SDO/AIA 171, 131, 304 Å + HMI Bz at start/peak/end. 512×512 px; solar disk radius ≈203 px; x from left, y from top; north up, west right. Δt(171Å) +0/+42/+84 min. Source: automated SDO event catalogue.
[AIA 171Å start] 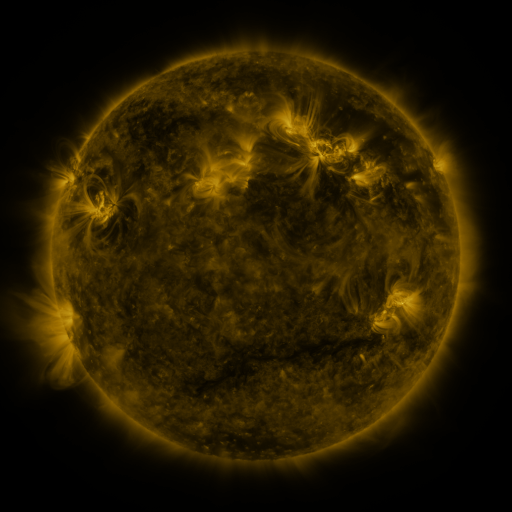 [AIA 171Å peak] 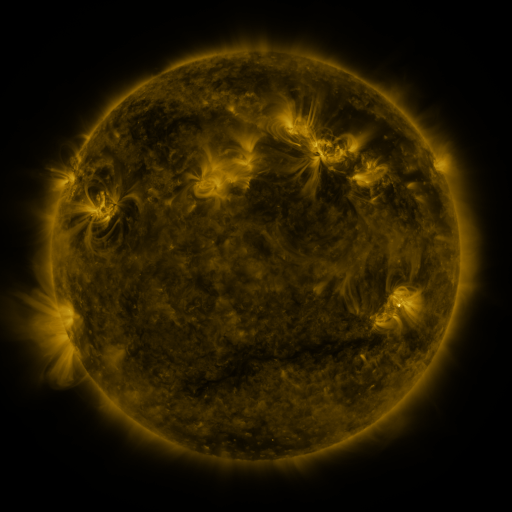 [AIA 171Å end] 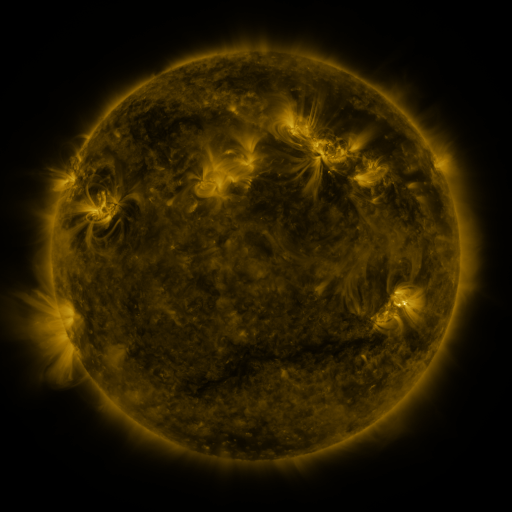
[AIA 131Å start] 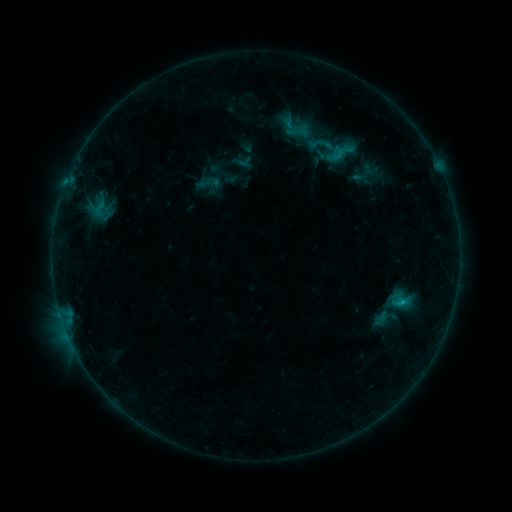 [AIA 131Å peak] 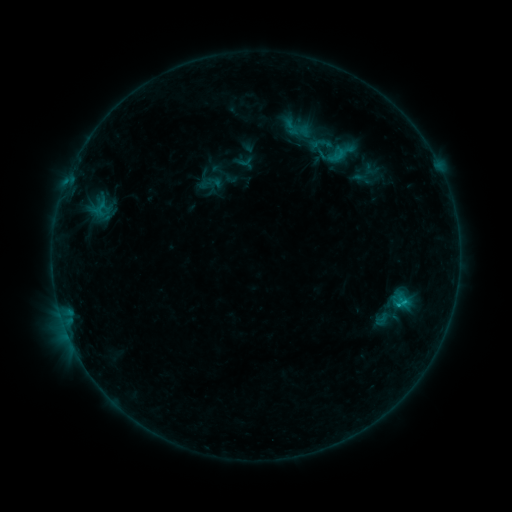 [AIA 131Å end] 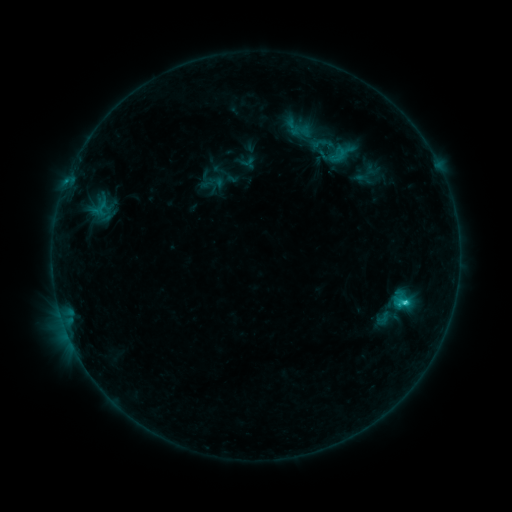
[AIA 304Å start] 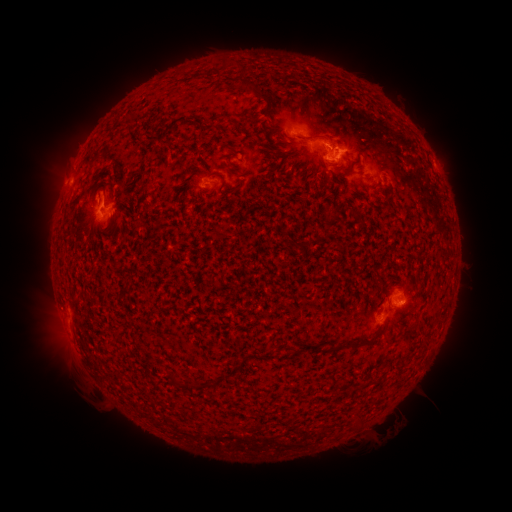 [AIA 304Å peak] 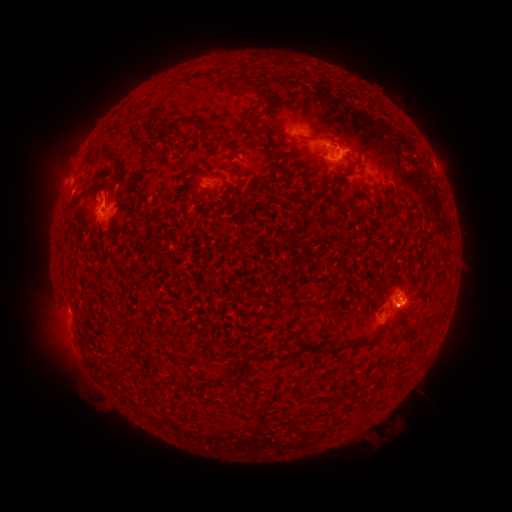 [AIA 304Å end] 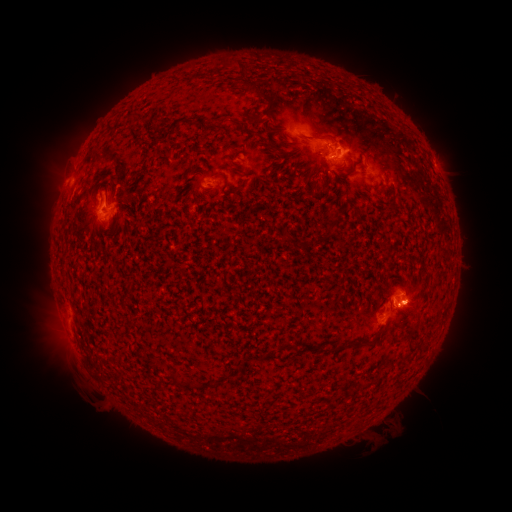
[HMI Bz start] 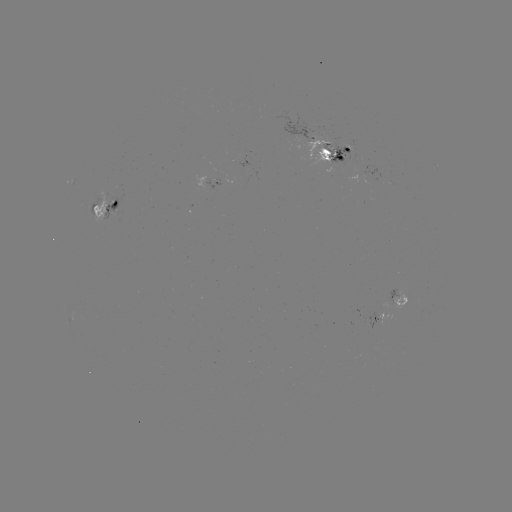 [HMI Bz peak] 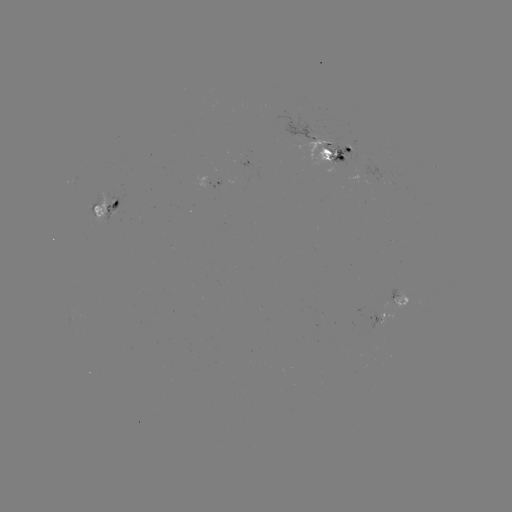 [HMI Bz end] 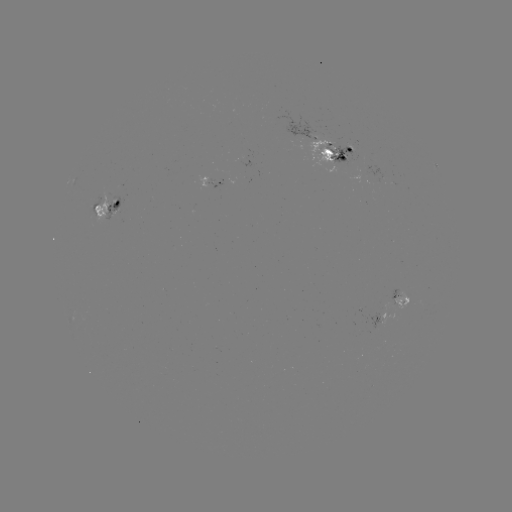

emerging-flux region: (310, 145, 337, 167)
